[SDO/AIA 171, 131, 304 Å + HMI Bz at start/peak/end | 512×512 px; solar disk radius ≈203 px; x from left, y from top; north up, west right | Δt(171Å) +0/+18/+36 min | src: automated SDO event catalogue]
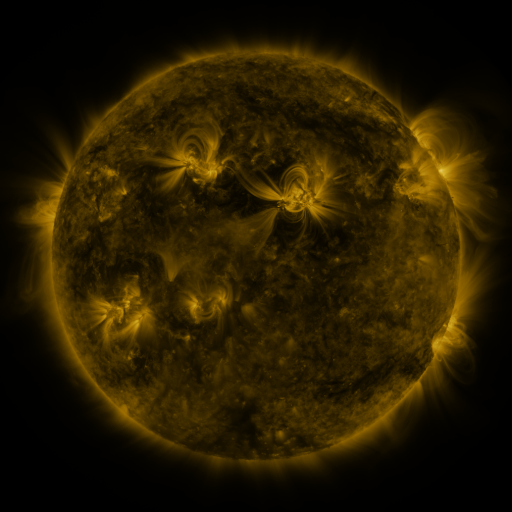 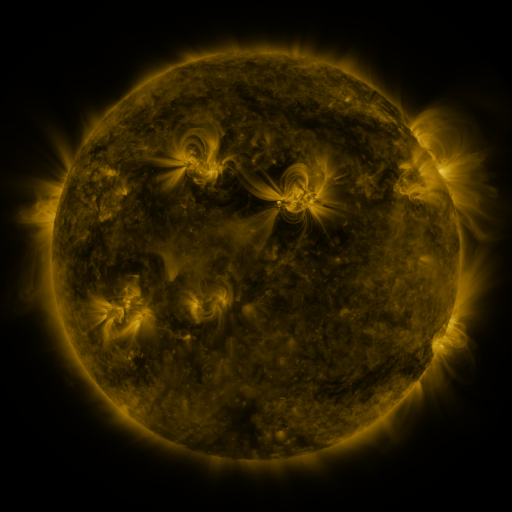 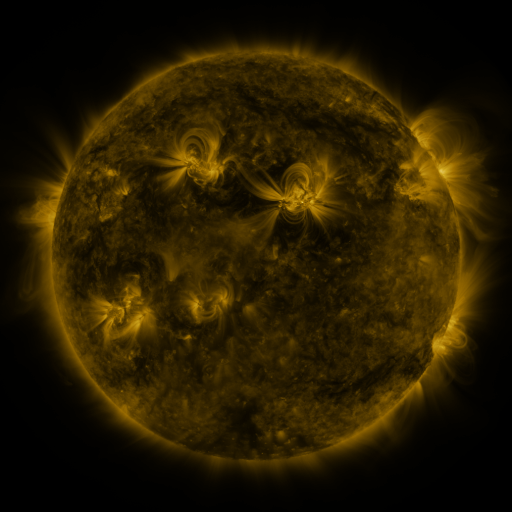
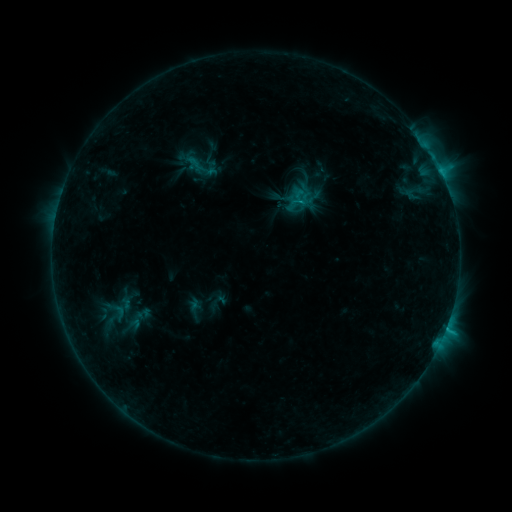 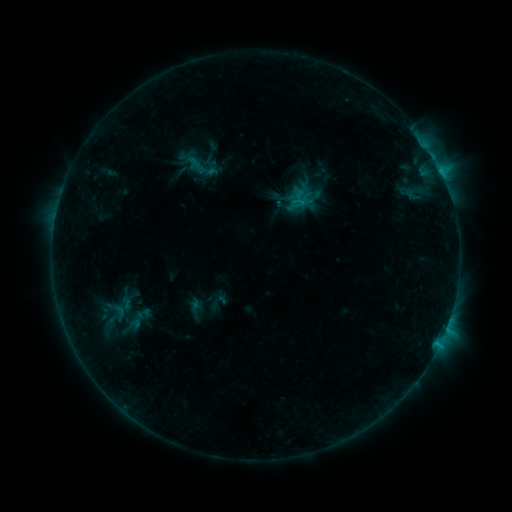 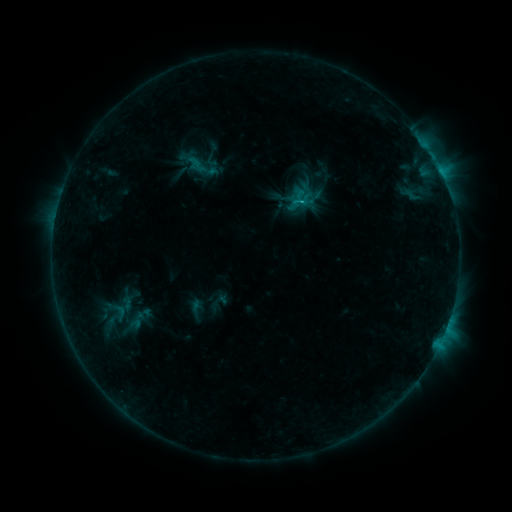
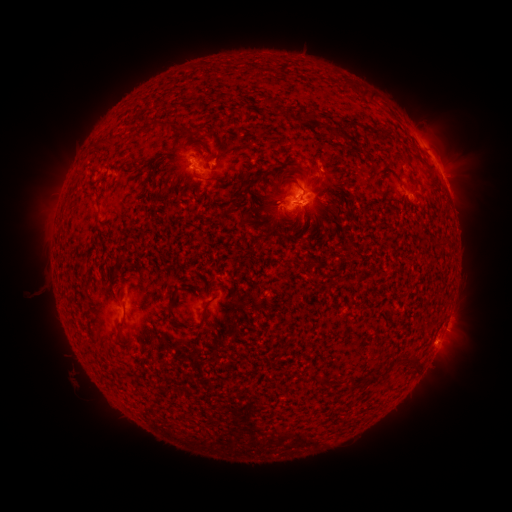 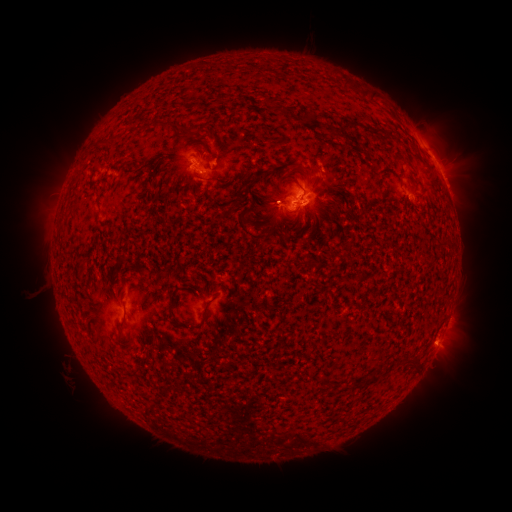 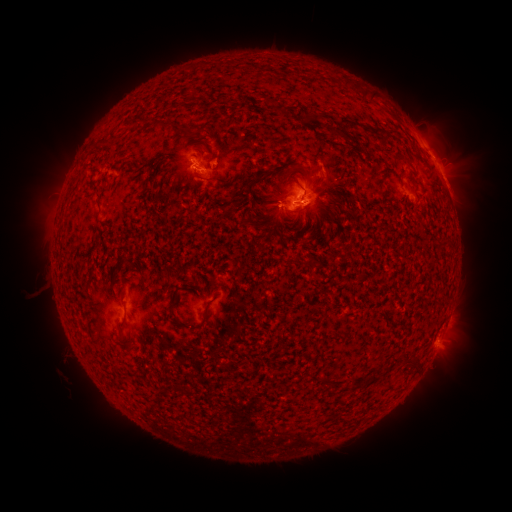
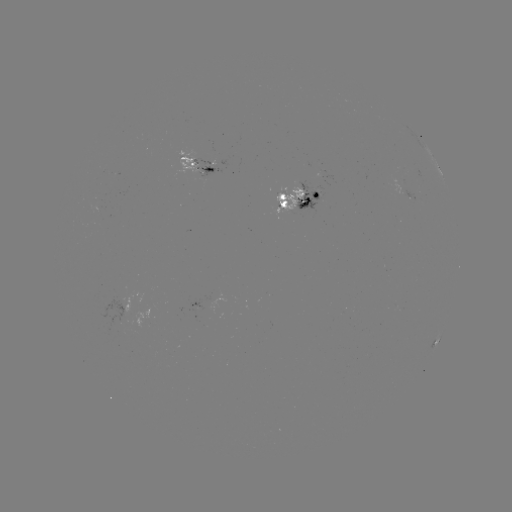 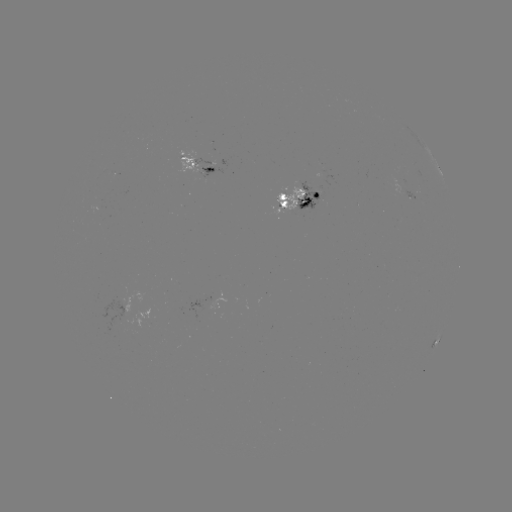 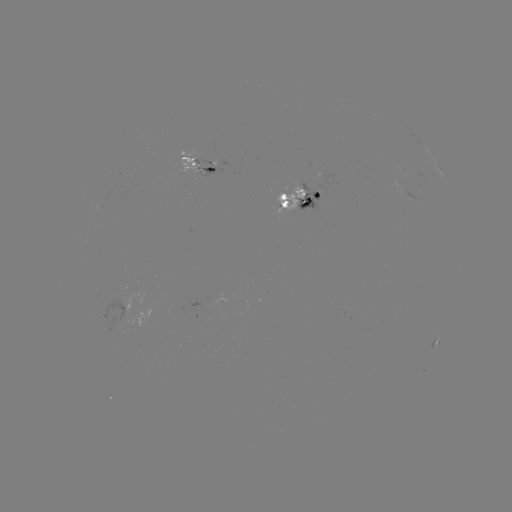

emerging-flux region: <bbox>403, 188, 418, 200</bbox>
